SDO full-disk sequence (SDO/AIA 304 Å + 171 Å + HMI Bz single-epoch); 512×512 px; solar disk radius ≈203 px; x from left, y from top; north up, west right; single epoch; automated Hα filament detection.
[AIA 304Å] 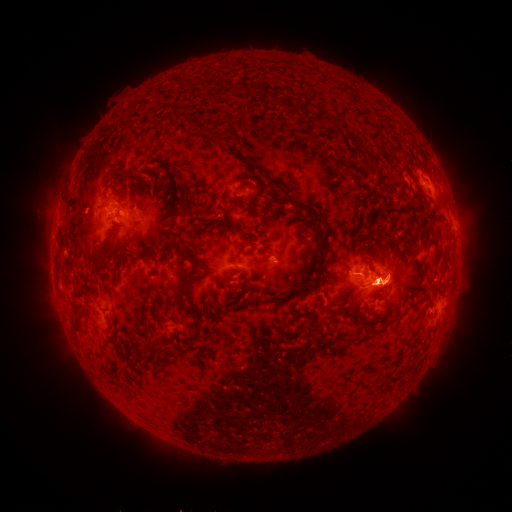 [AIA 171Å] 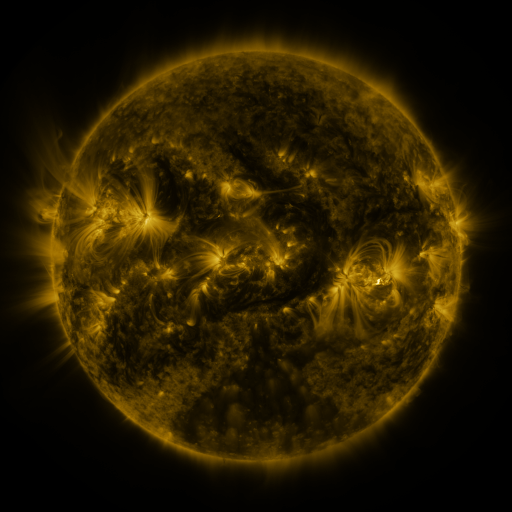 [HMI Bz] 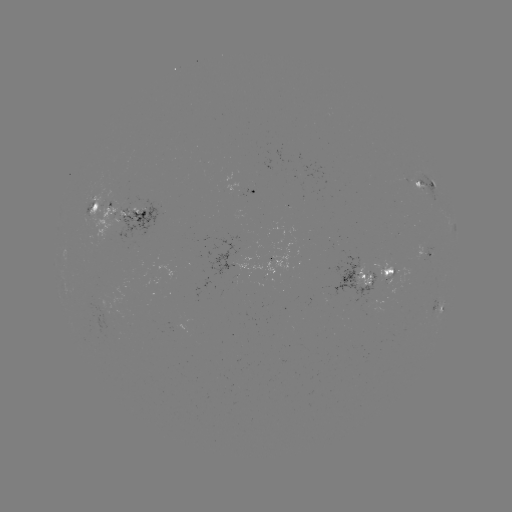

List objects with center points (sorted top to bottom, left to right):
filament: [317, 111, 329, 127]
filament: [373, 165, 383, 174]
filament: [128, 168, 136, 177]
filament: [414, 180, 423, 189]
filament: [91, 201, 99, 211]
filament: [297, 201, 306, 211]
filament: [176, 205, 188, 216]
filament: [228, 223, 242, 231]
filament: [426, 239, 436, 253]
filament: [177, 246, 188, 256]
filament: [395, 251, 401, 262]
filament: [99, 259, 111, 270]
filament: [302, 262, 322, 293]
filament: [174, 273, 202, 300]
filament: [324, 310, 337, 320]
filament: [69, 311, 81, 331]
filament: [340, 311, 357, 326]
filament: [276, 323, 287, 344]
filament: [407, 328, 420, 341]
filament: [142, 338, 157, 357]
